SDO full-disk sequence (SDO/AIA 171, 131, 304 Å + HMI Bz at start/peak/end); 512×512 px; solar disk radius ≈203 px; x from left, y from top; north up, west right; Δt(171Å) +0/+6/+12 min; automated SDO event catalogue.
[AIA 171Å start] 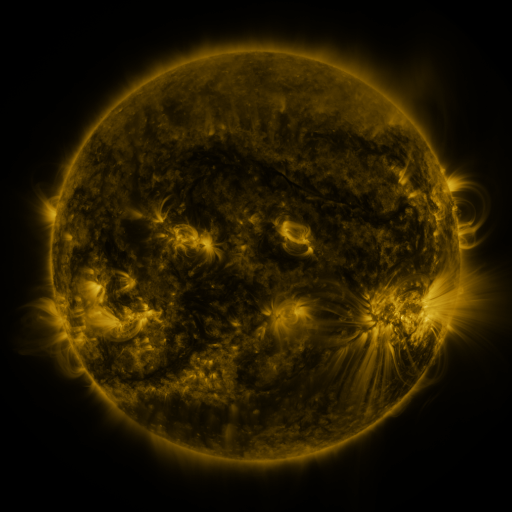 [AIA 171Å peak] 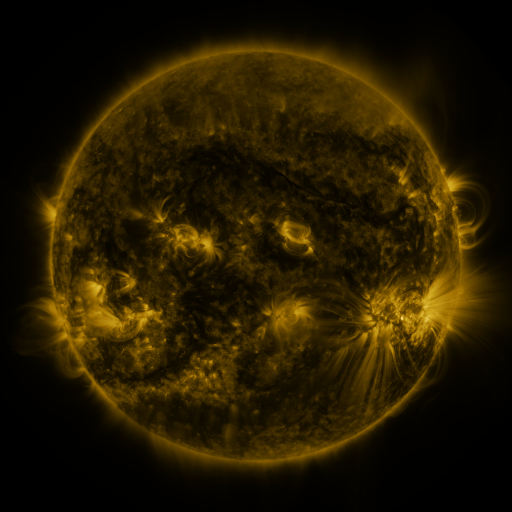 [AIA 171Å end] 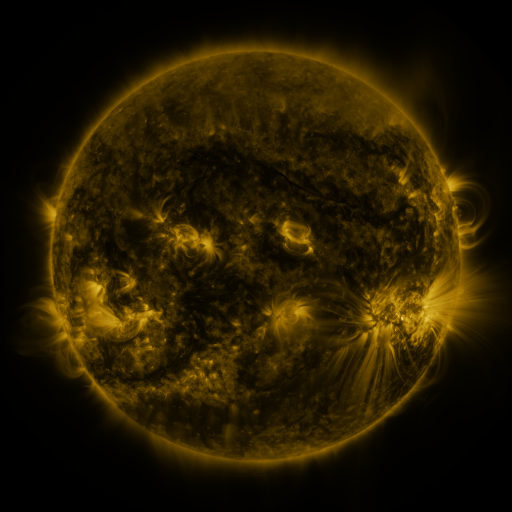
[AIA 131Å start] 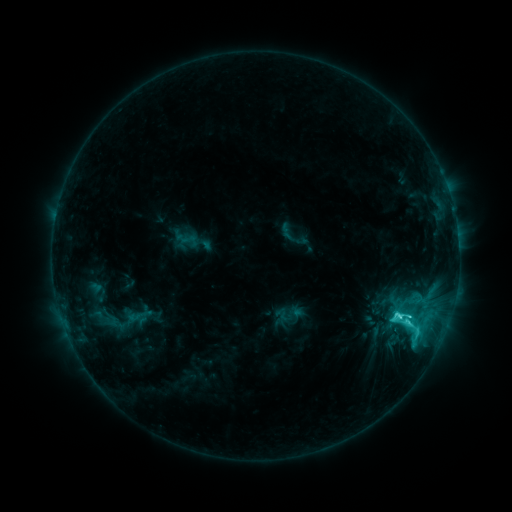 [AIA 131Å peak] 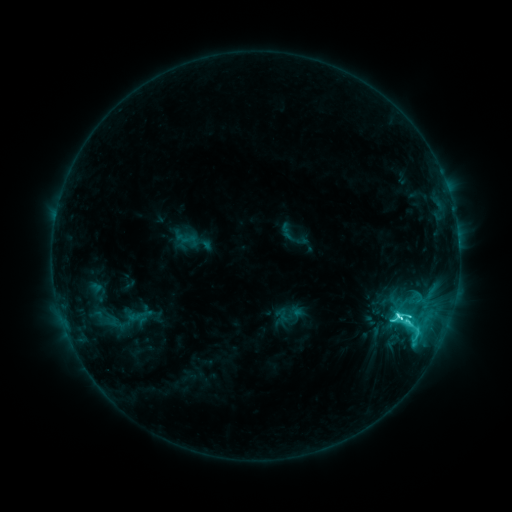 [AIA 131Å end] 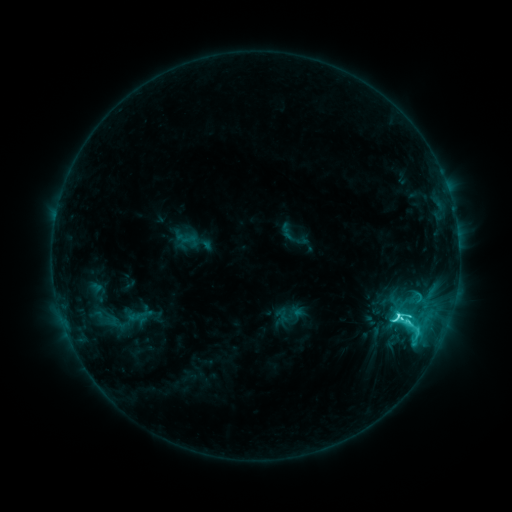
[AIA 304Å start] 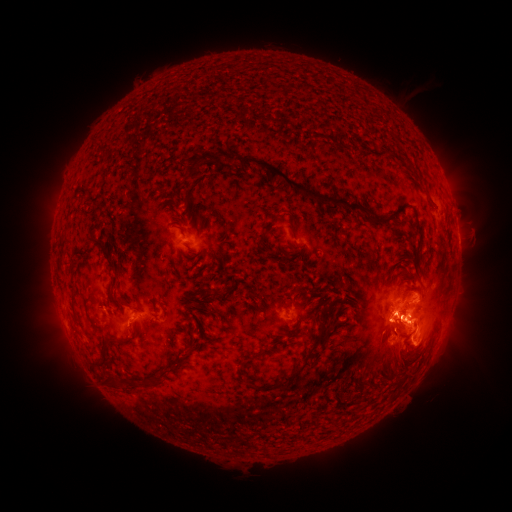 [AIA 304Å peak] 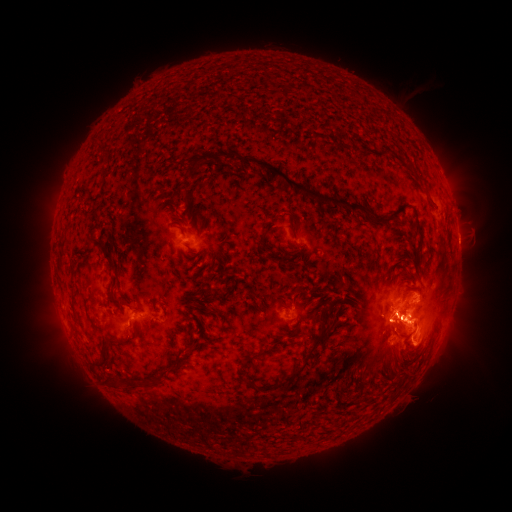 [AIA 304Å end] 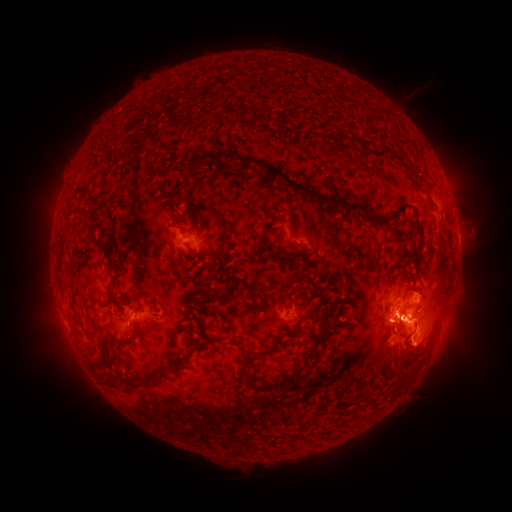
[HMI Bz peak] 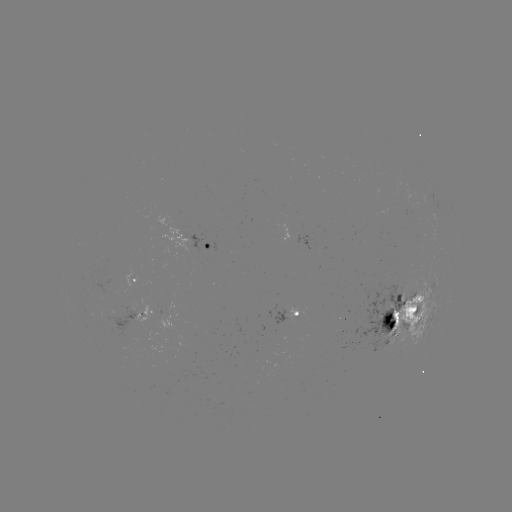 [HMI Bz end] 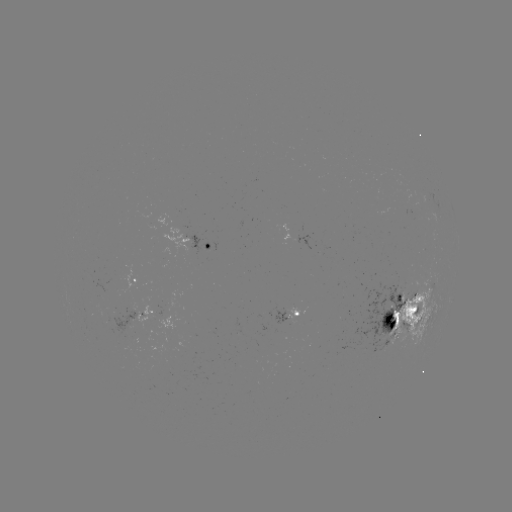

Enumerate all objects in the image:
C9.6 flare: (402, 319)
